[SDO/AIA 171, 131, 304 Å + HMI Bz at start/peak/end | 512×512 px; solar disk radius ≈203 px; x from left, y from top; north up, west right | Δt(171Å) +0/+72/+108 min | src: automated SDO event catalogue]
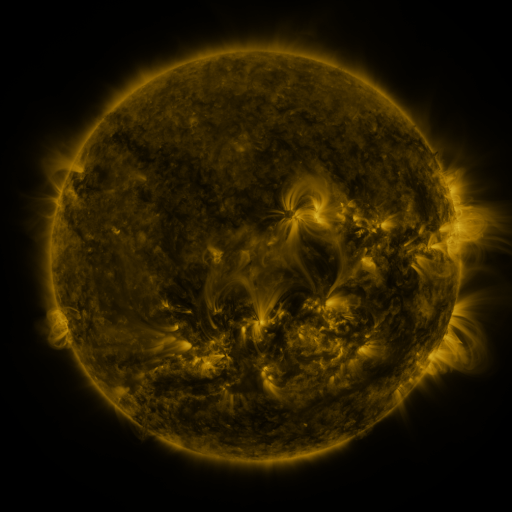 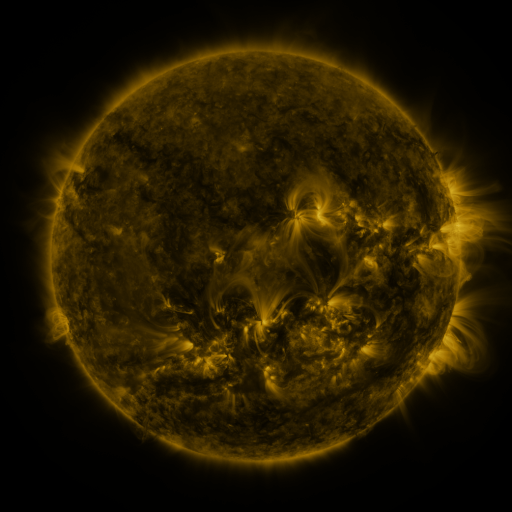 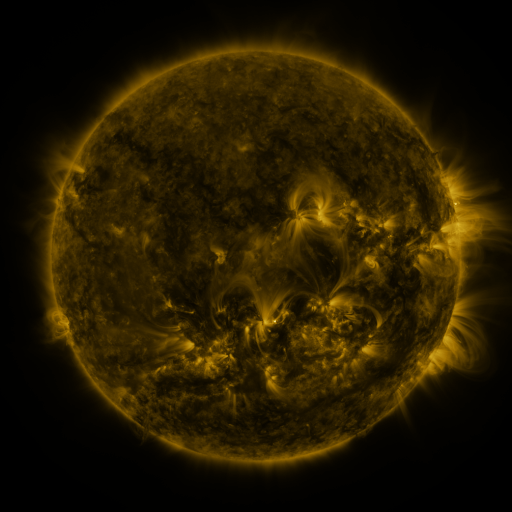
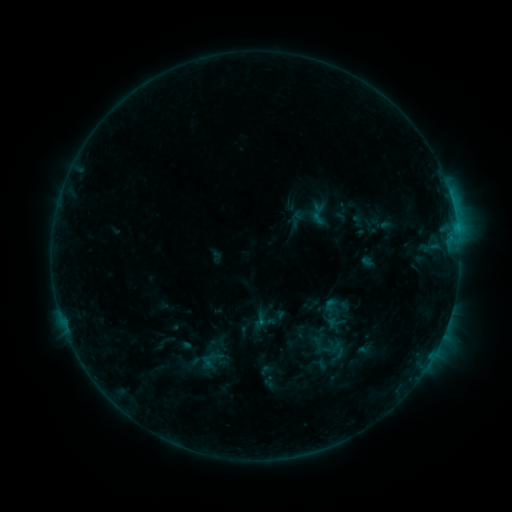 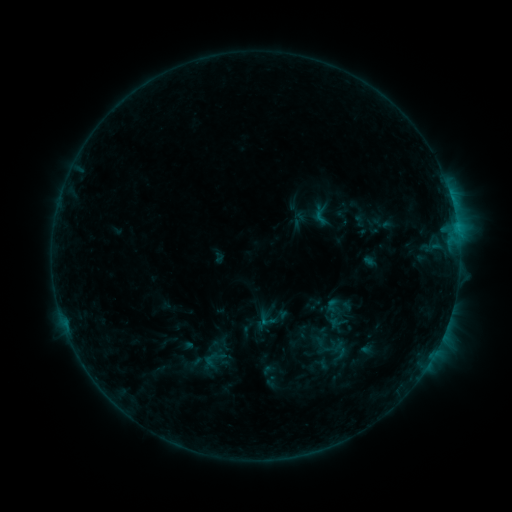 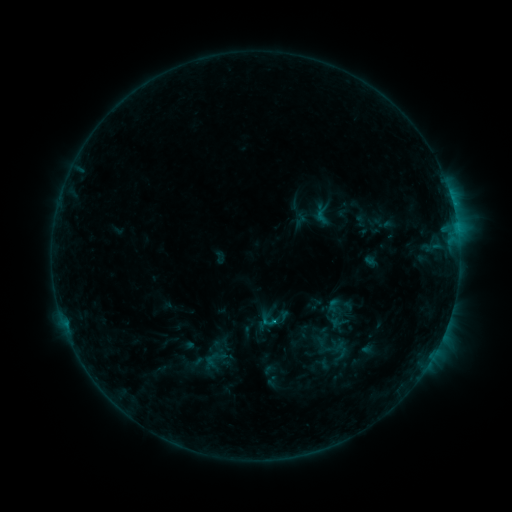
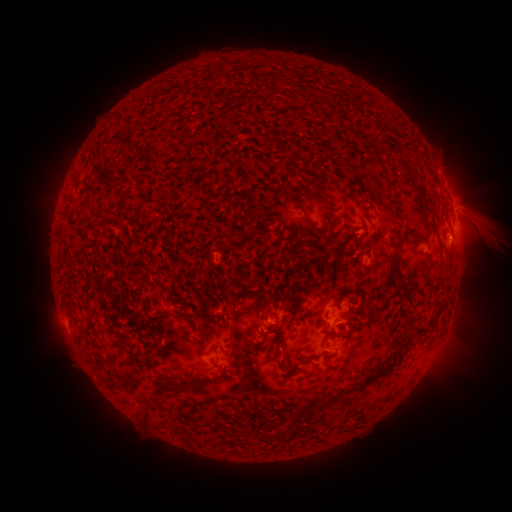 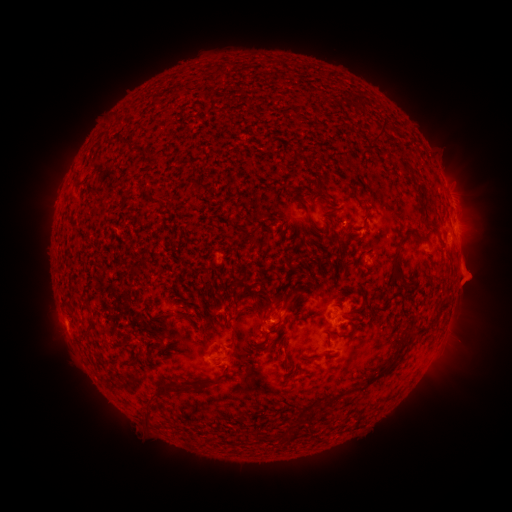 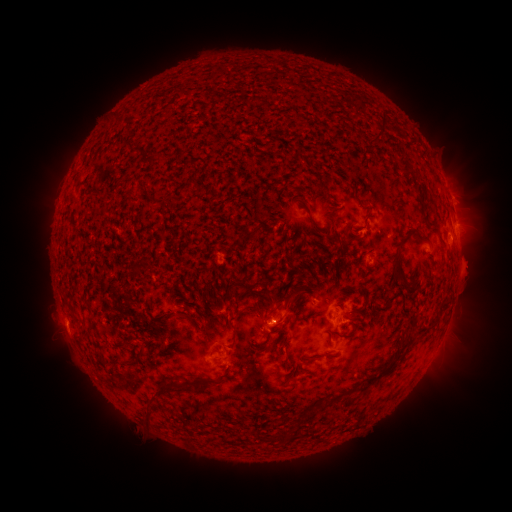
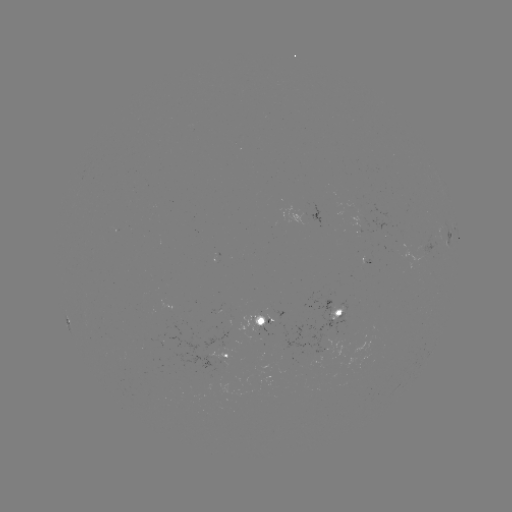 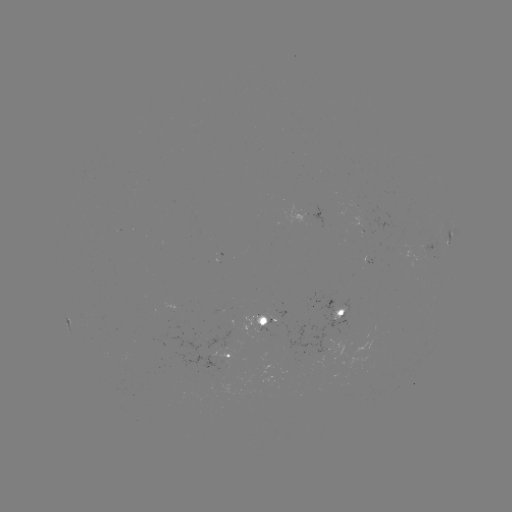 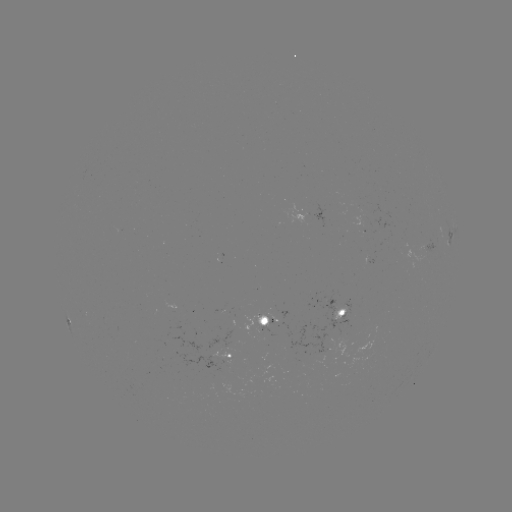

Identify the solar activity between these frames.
emerging-flux region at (363, 215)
